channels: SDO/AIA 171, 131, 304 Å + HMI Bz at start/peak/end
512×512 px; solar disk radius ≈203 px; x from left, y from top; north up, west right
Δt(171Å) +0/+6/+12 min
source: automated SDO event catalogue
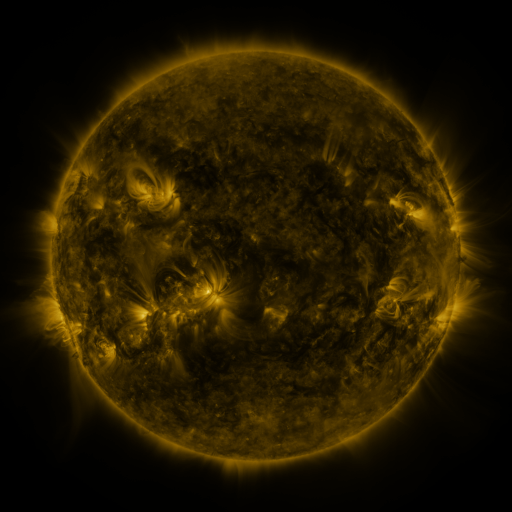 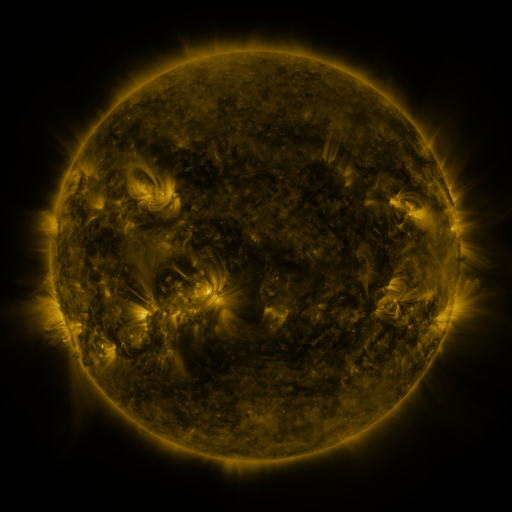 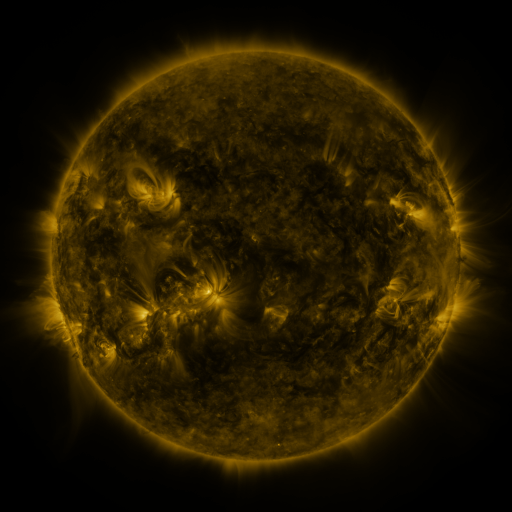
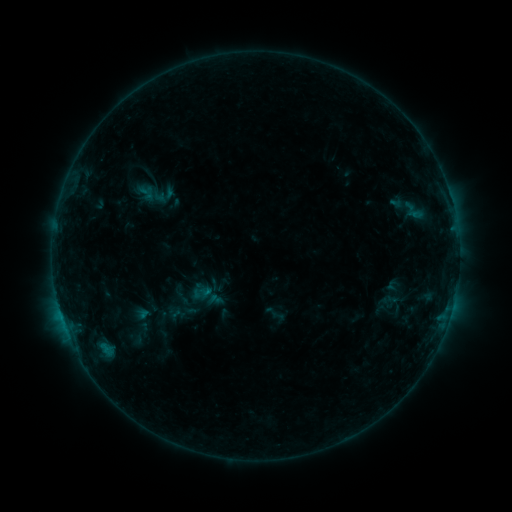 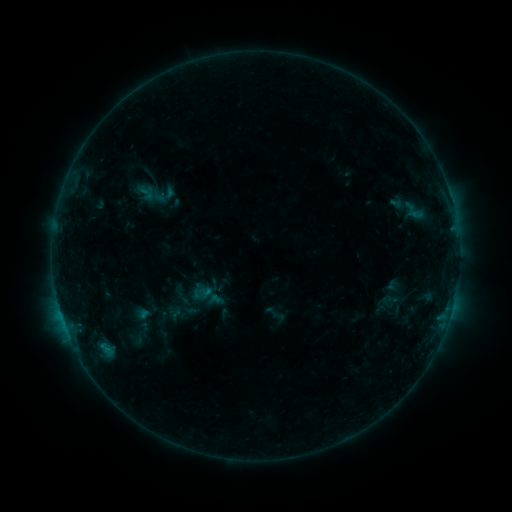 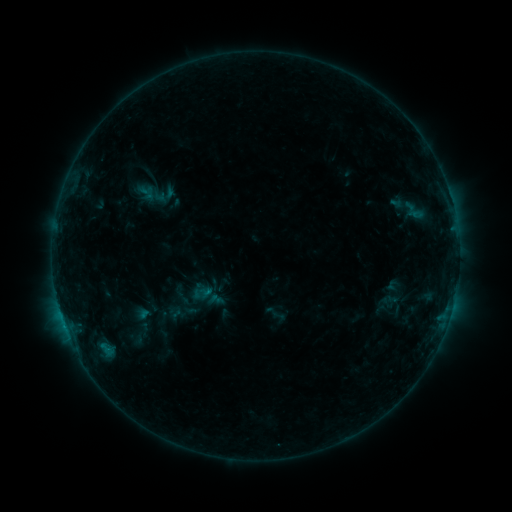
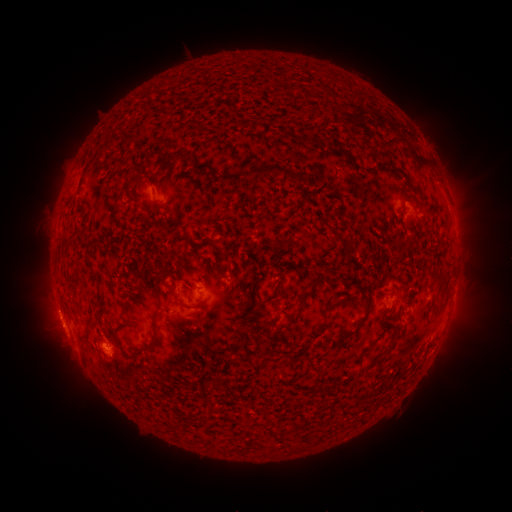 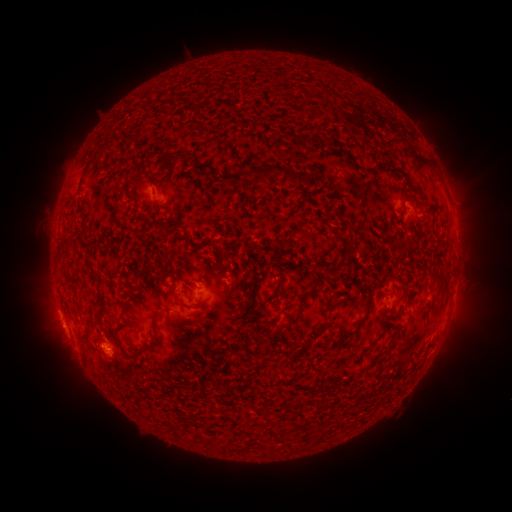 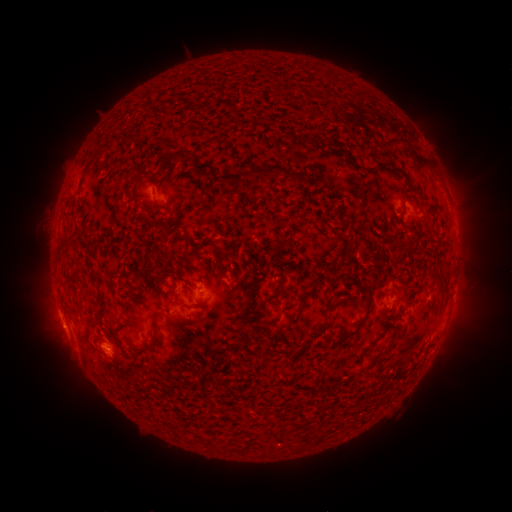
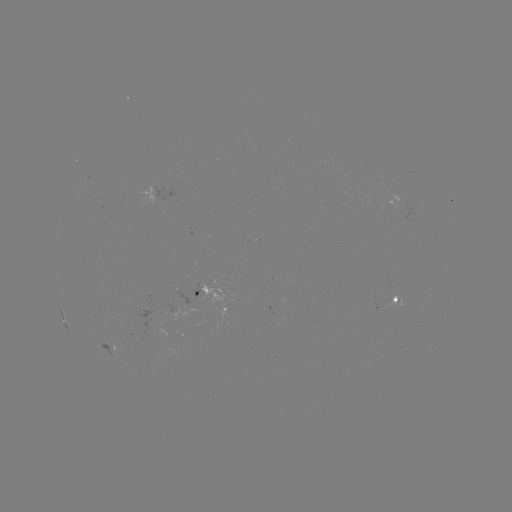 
no catalogued flare and no flagged EUV brightening in this window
